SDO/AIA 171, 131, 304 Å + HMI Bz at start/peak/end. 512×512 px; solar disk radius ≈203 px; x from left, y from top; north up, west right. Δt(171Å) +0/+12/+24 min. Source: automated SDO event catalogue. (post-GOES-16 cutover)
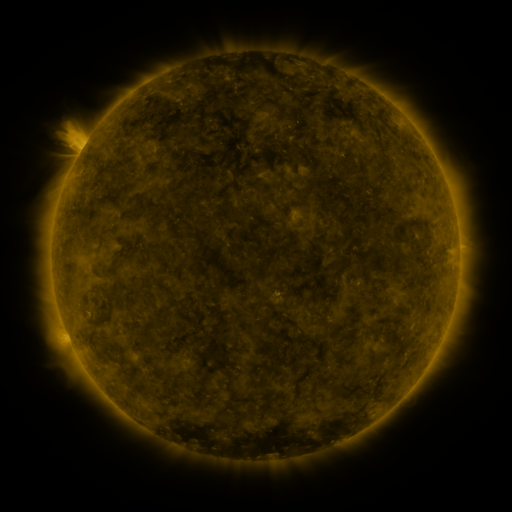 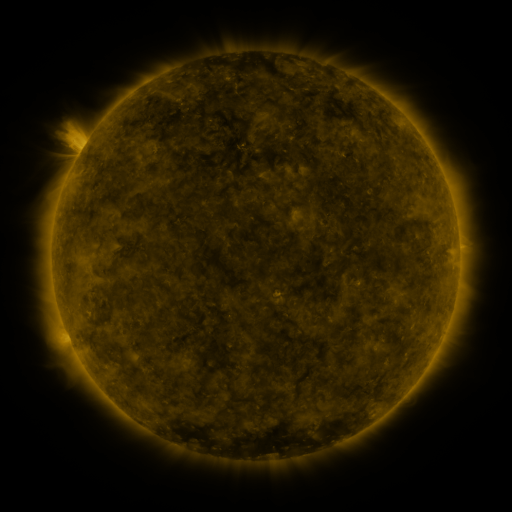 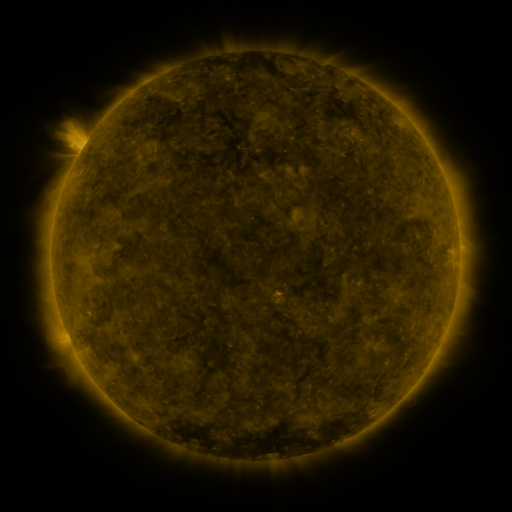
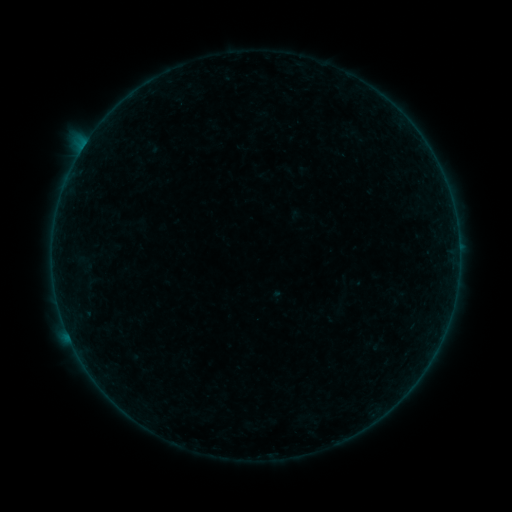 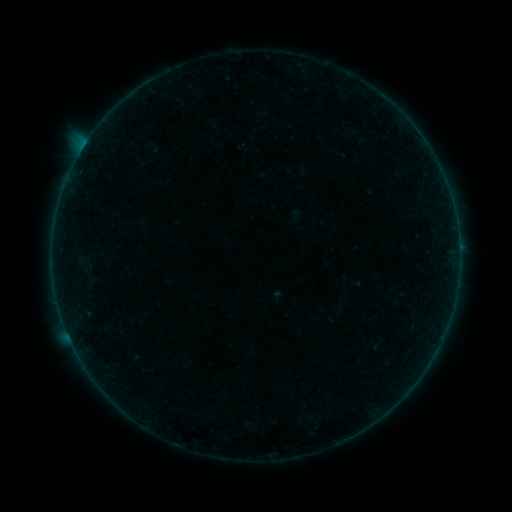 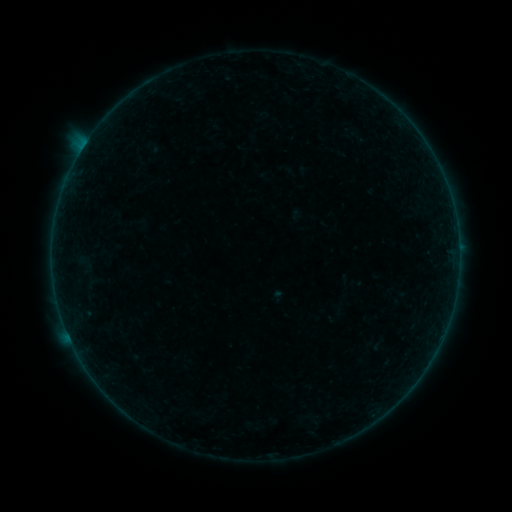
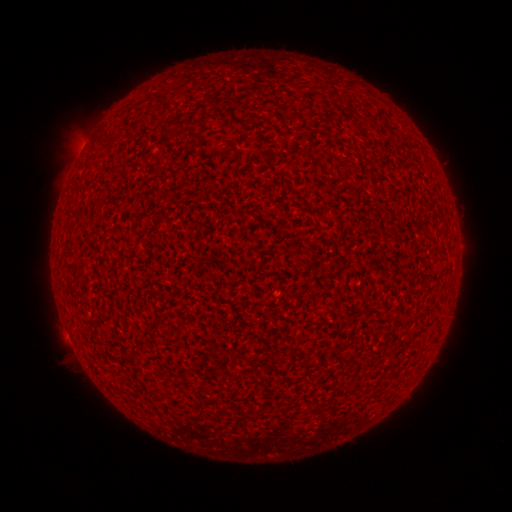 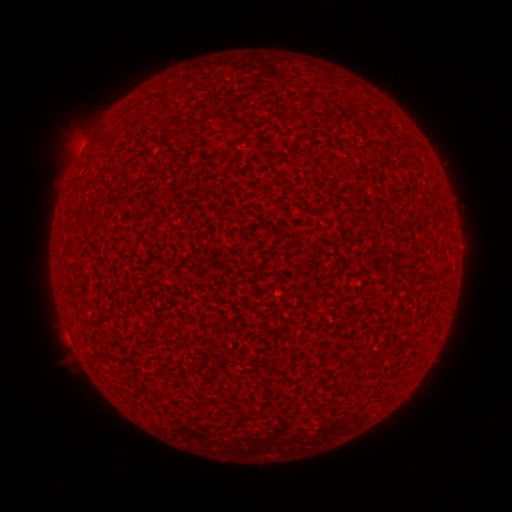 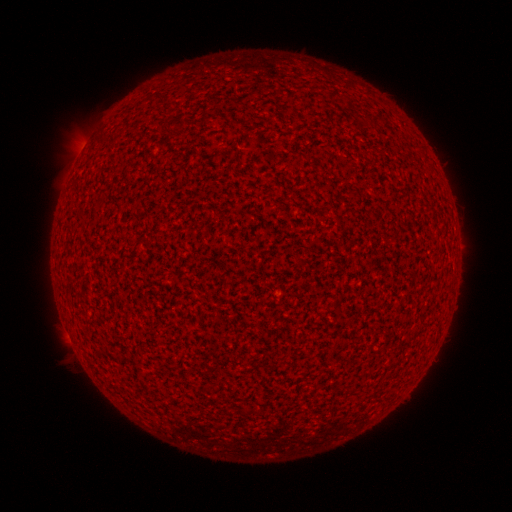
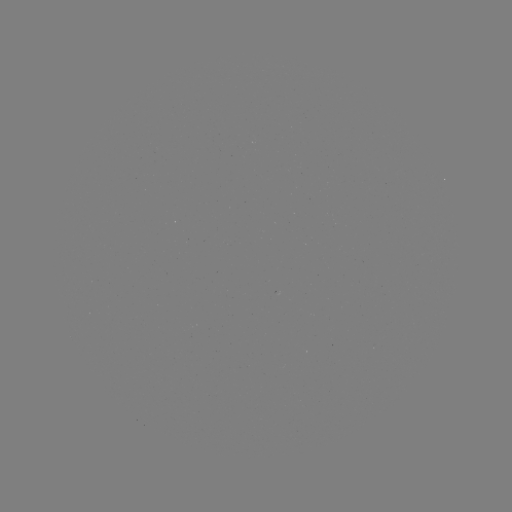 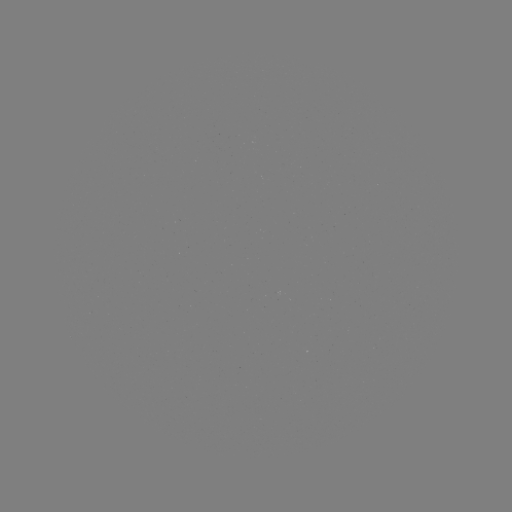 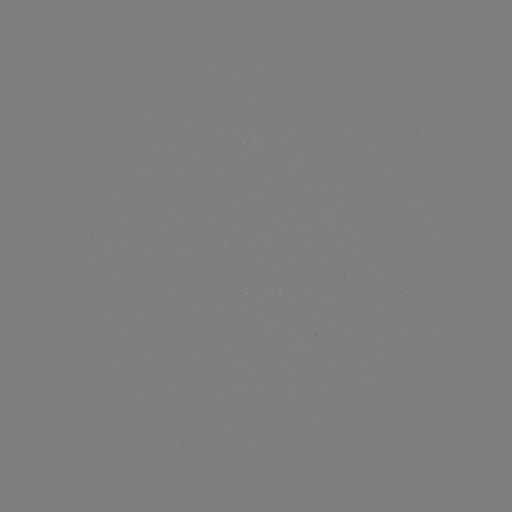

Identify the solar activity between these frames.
A3.7 flare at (68, 335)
